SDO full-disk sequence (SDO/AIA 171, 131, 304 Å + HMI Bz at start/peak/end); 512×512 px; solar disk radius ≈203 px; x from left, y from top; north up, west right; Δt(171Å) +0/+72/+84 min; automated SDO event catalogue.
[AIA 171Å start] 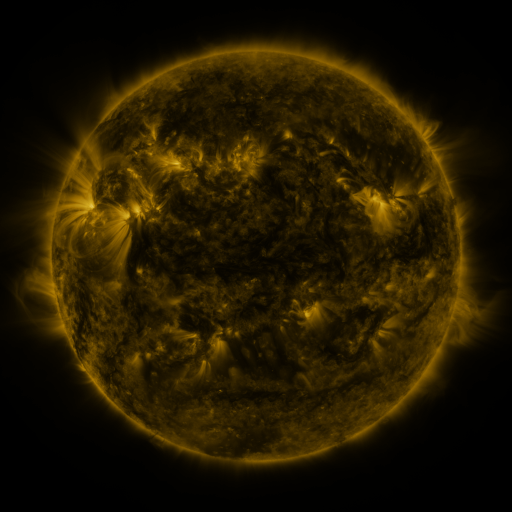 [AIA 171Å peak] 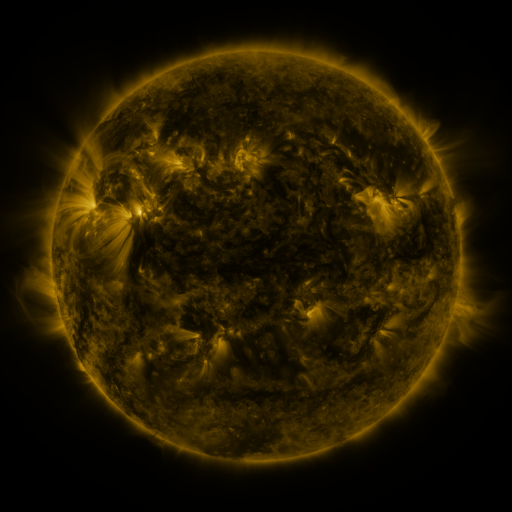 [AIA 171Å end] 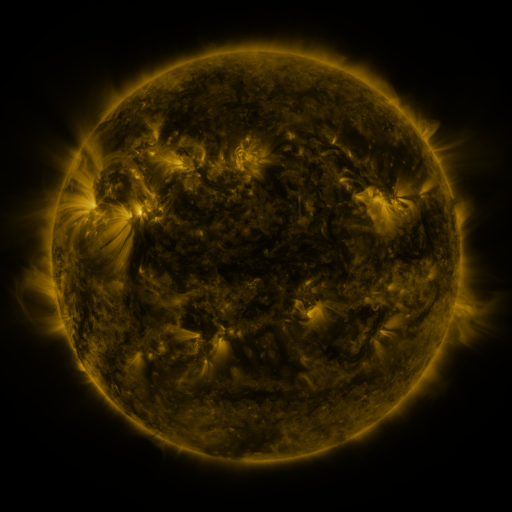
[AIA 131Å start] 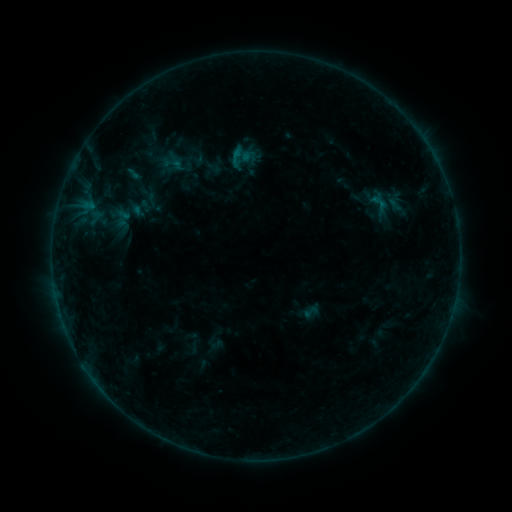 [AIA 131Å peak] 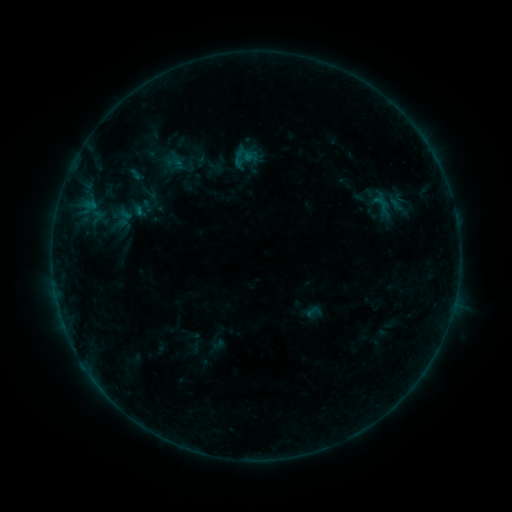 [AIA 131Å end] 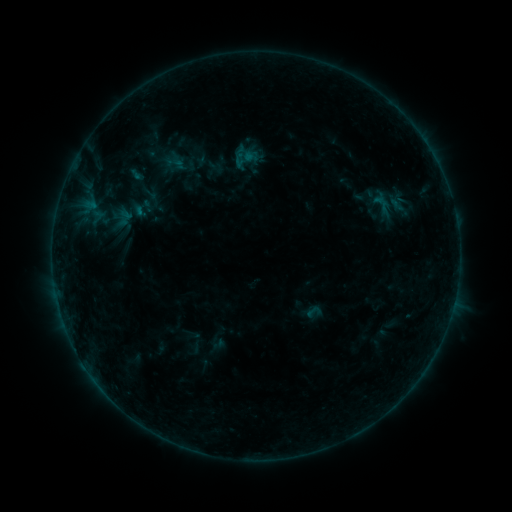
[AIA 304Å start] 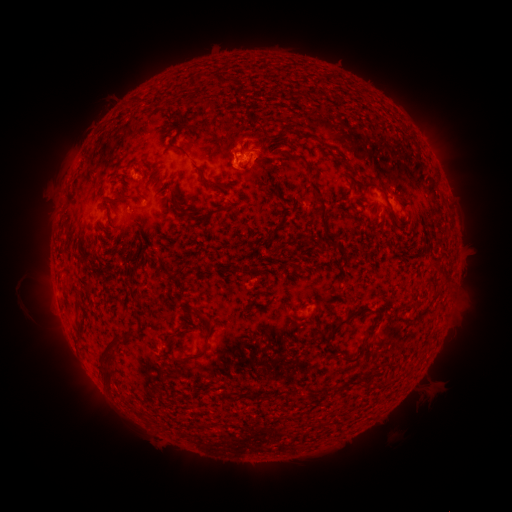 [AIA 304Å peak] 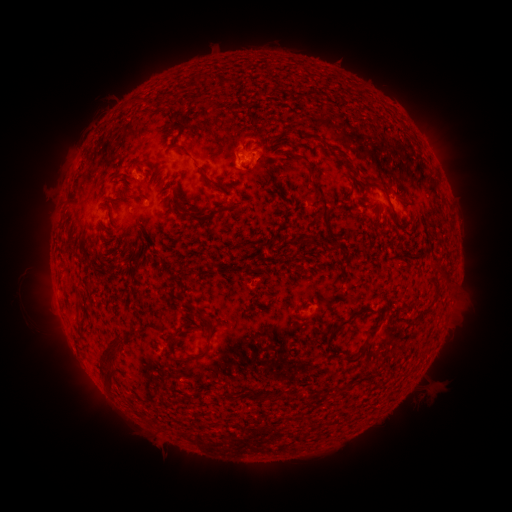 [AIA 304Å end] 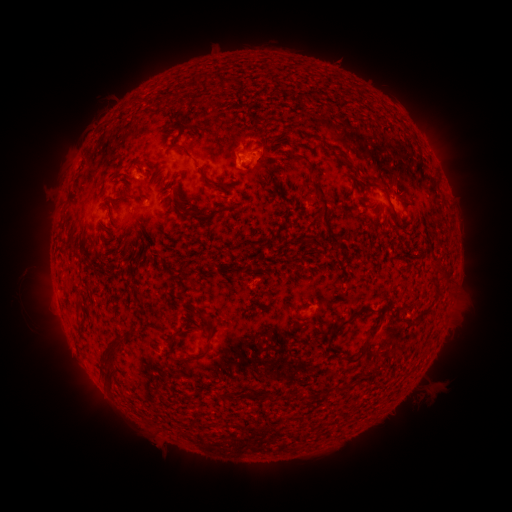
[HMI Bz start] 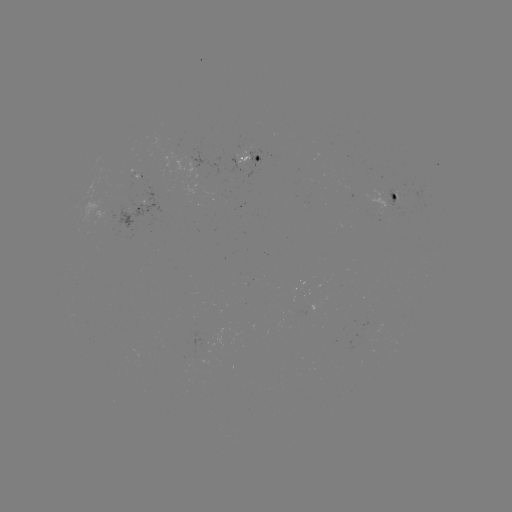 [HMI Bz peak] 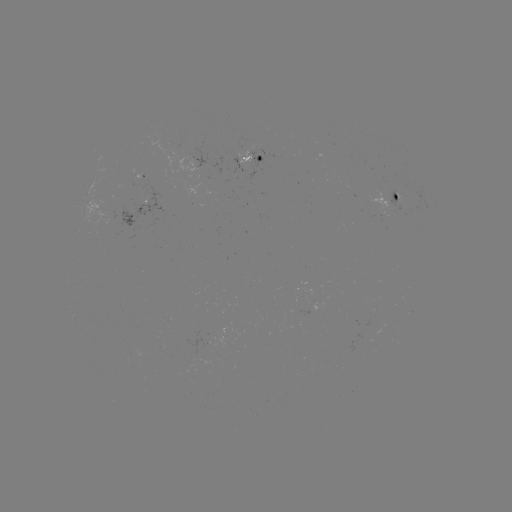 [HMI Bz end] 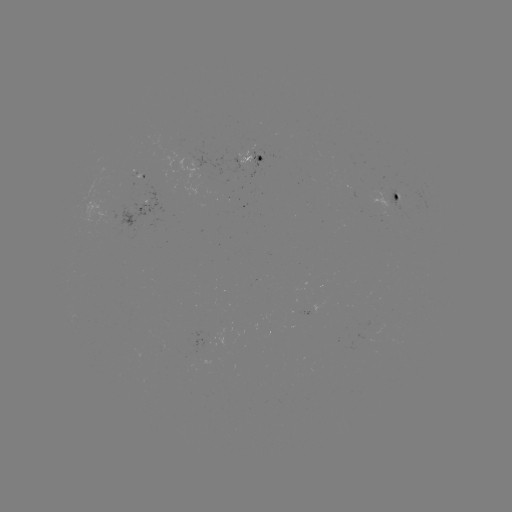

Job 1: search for emerging-flux region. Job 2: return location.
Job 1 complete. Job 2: [141, 175].